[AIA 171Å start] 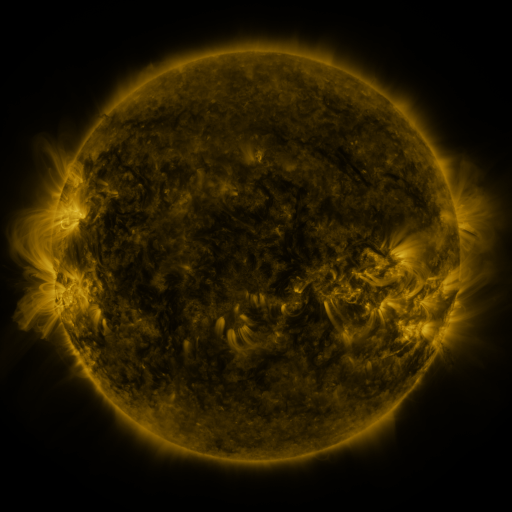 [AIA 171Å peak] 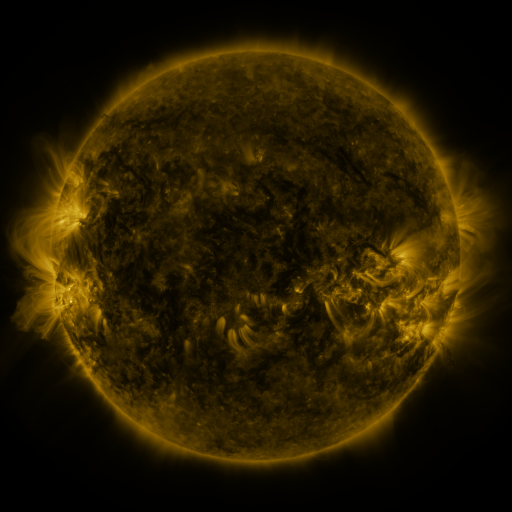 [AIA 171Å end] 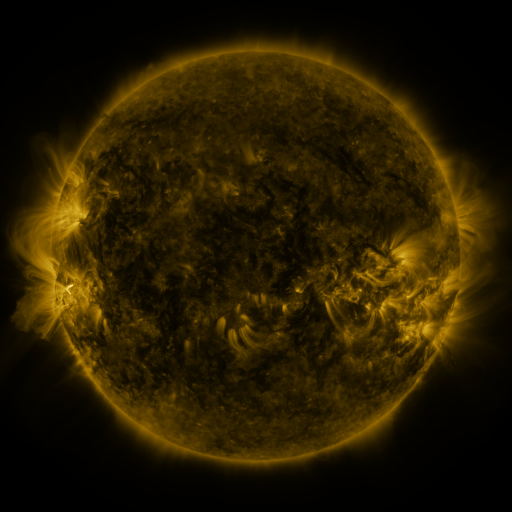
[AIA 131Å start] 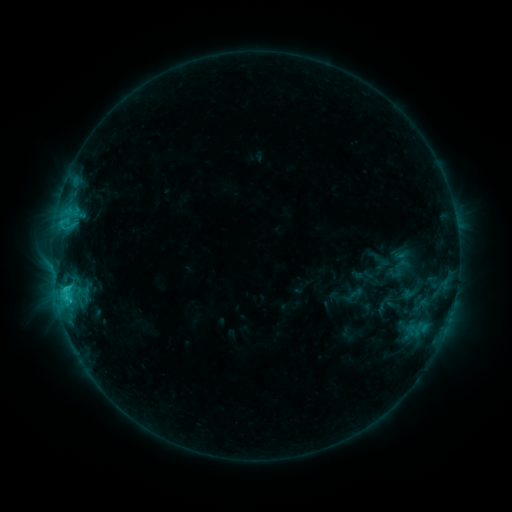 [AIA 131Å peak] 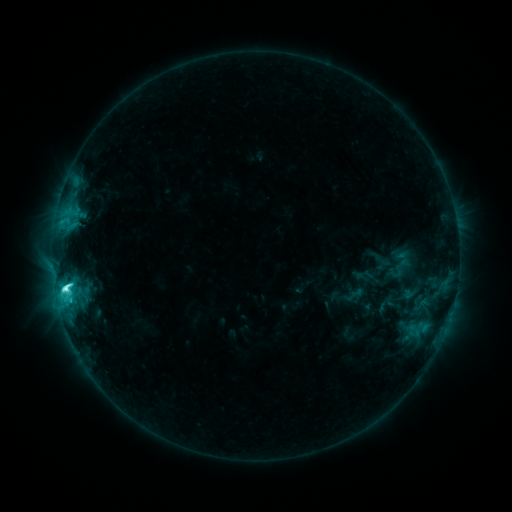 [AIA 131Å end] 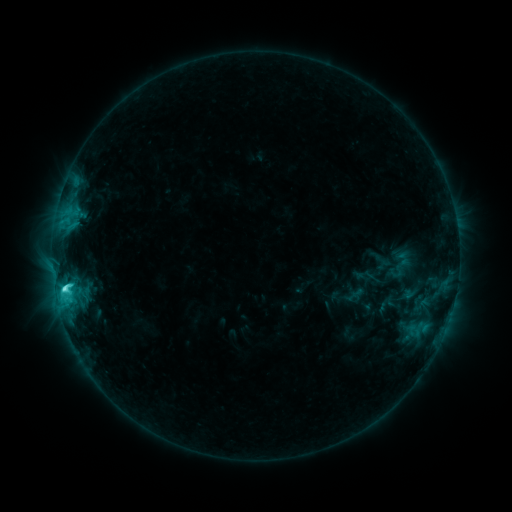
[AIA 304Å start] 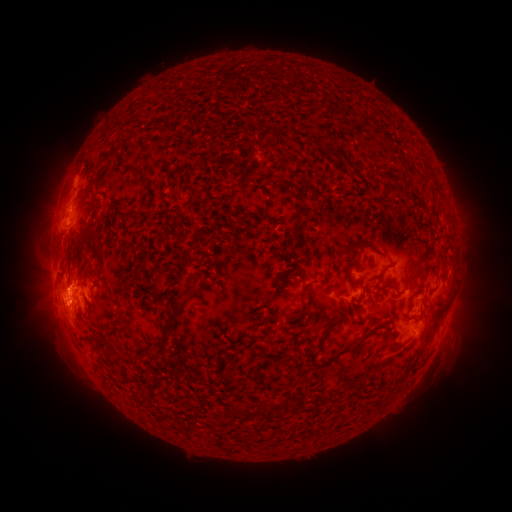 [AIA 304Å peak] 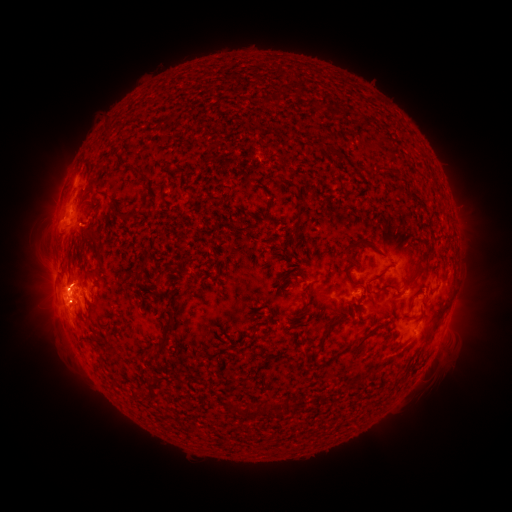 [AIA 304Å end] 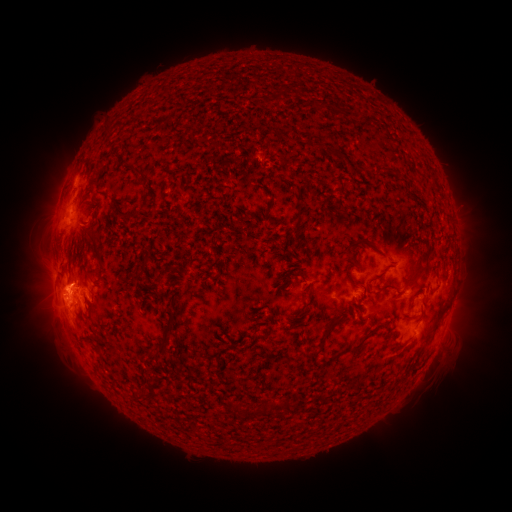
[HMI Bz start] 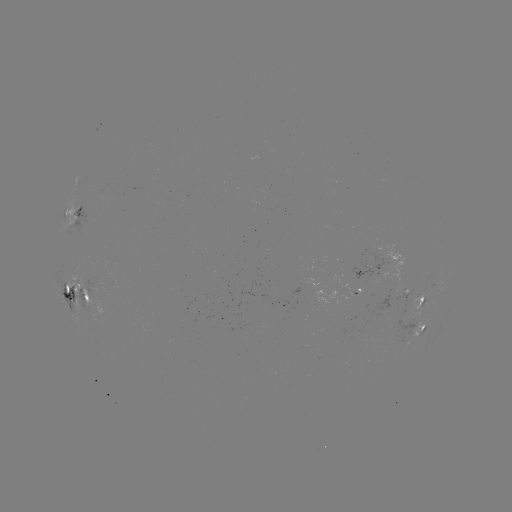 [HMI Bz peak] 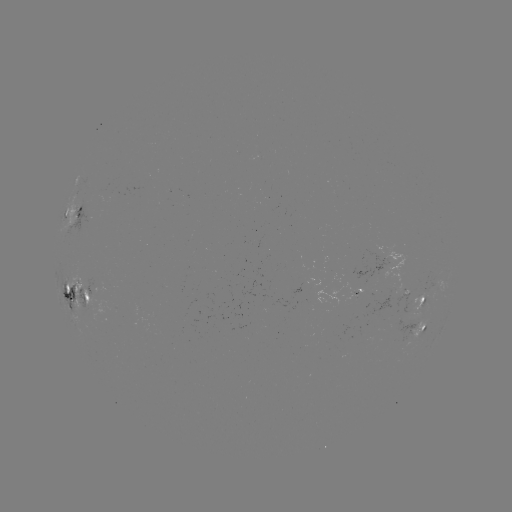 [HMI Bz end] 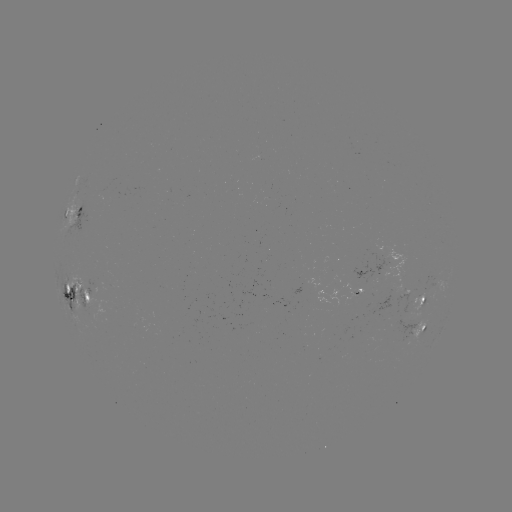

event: flare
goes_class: C7.3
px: (66, 288)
